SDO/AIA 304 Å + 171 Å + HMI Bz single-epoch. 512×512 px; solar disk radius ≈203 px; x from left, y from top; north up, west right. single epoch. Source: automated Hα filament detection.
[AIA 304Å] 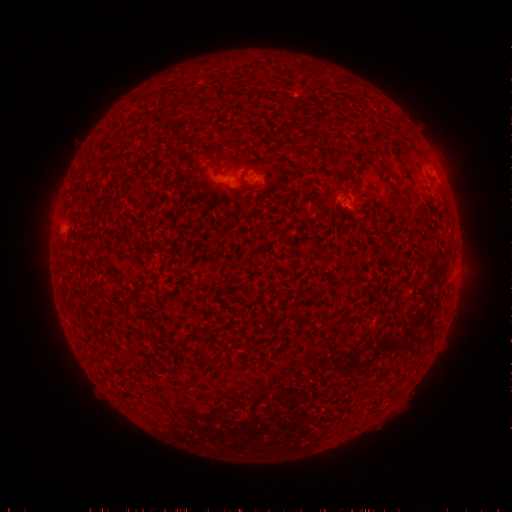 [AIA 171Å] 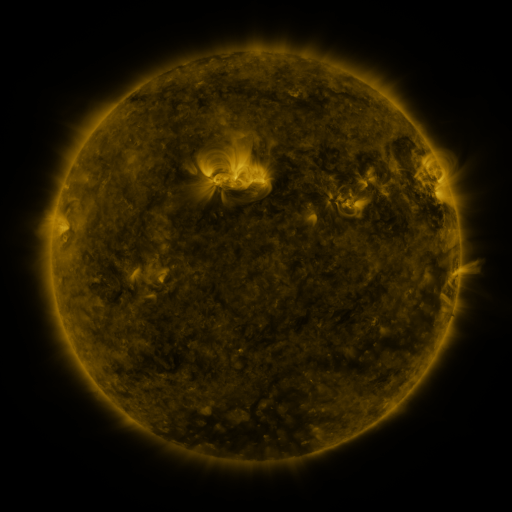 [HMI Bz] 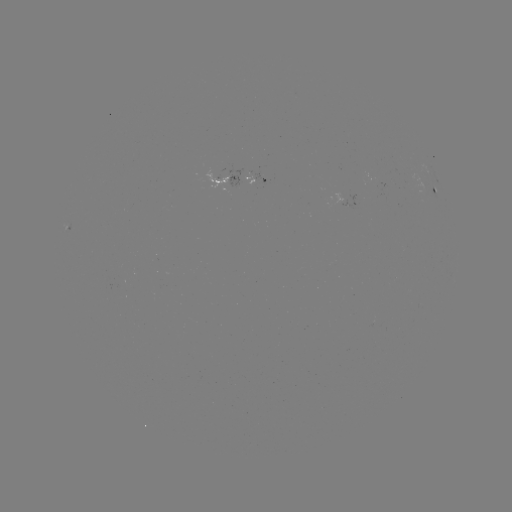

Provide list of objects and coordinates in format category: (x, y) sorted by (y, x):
filament: (212, 100)
filament: (290, 101)
filament: (310, 147)
